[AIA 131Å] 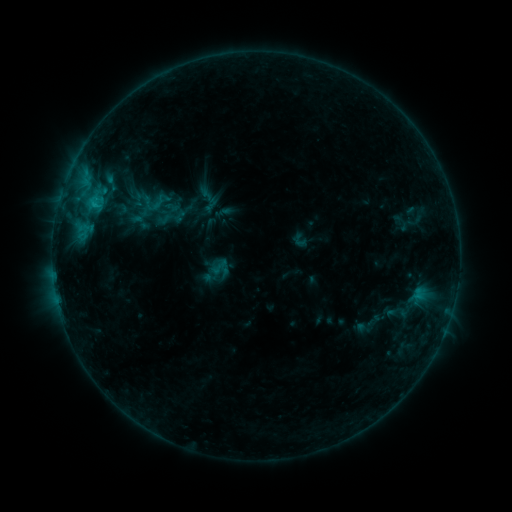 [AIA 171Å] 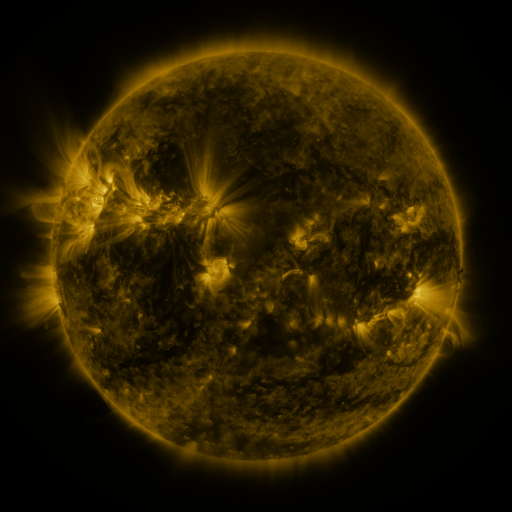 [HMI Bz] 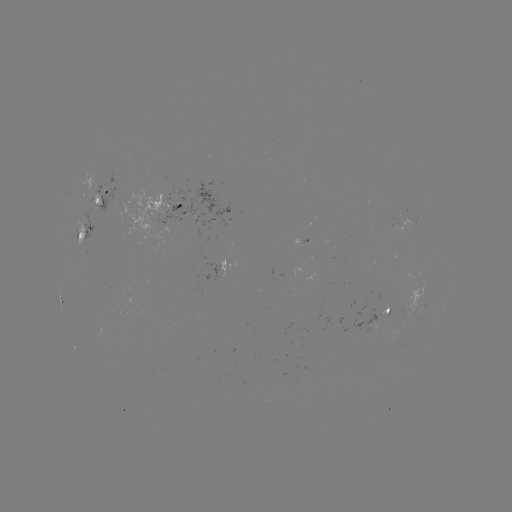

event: sigmoid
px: (156, 201)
